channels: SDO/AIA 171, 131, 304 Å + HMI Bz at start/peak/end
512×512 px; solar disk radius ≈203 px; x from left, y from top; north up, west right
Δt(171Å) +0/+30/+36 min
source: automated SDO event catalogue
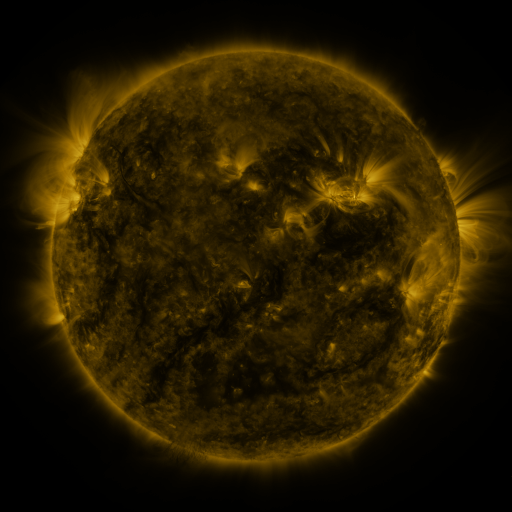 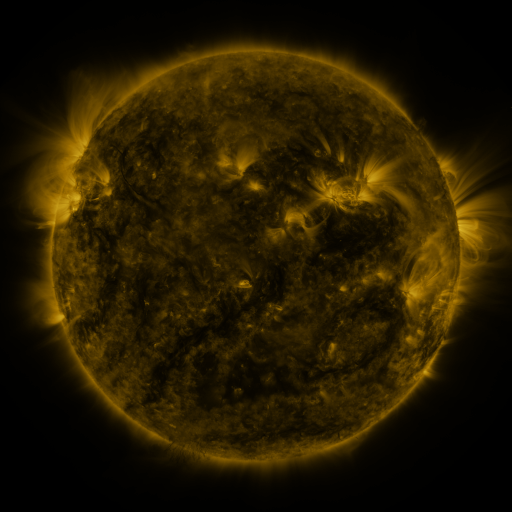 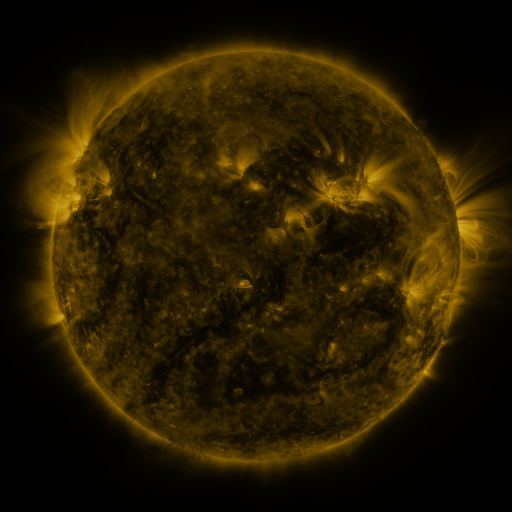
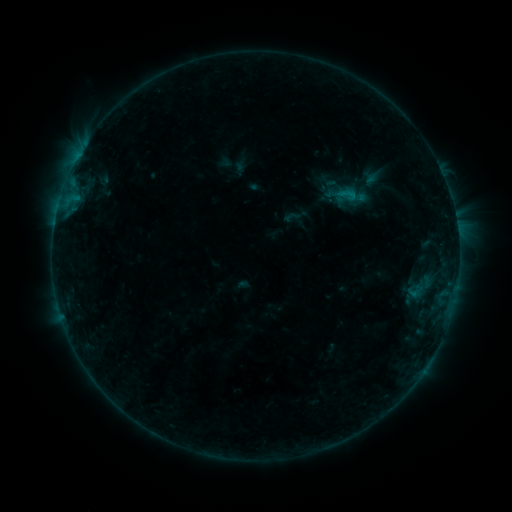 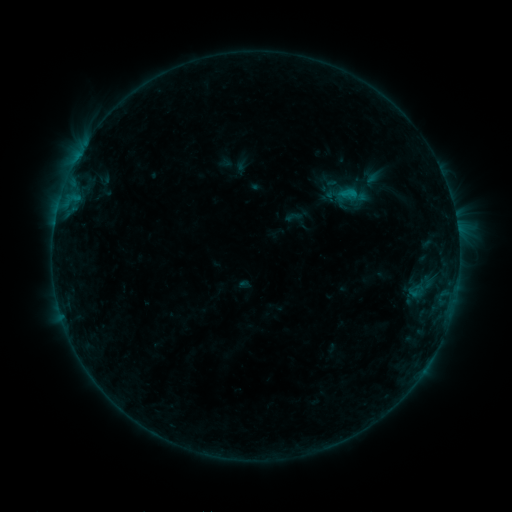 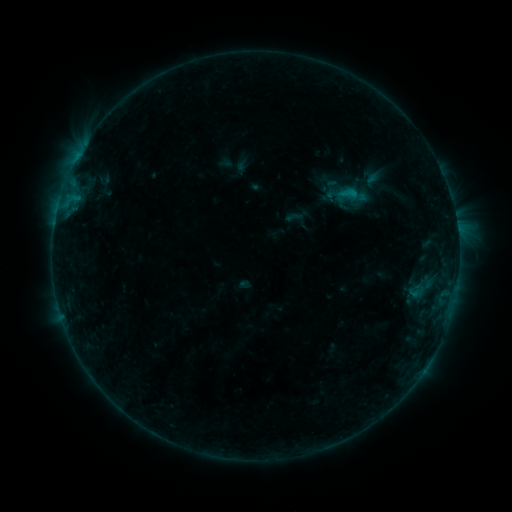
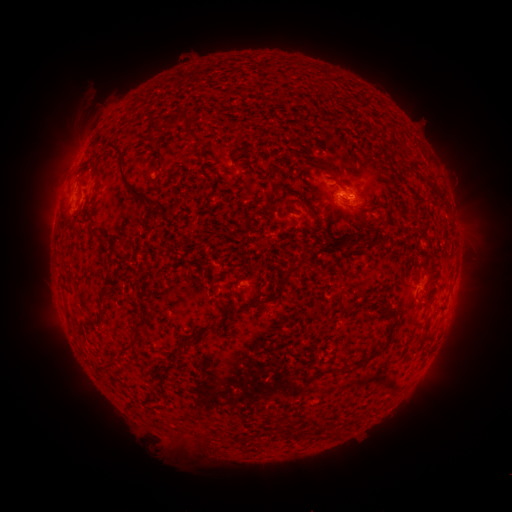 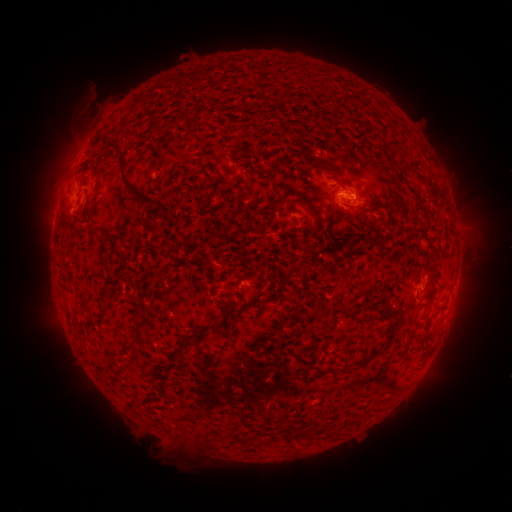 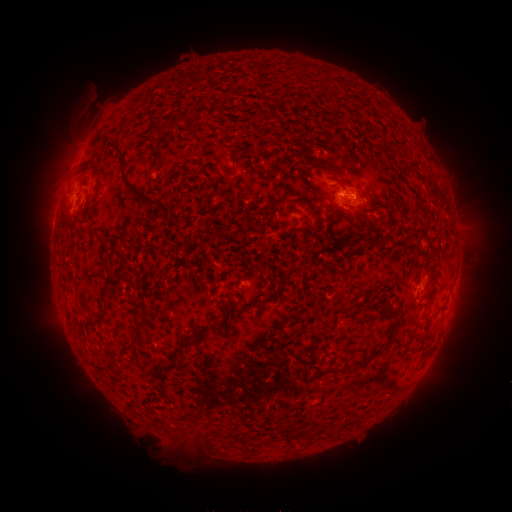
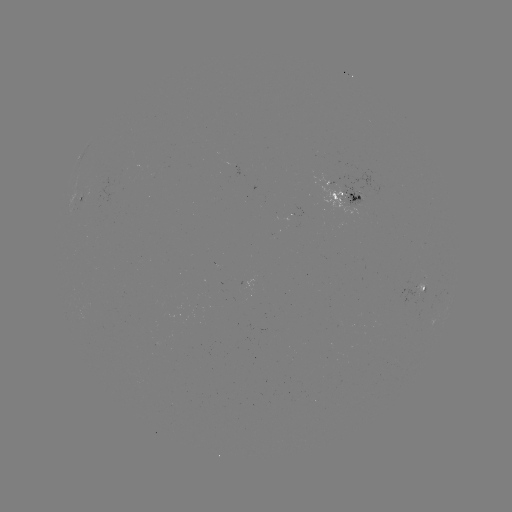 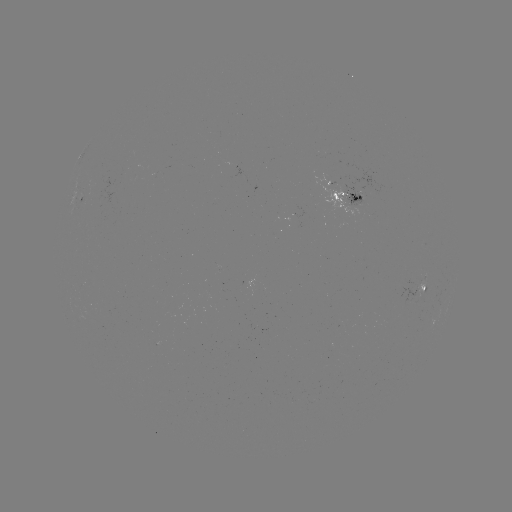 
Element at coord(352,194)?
B5.8 flare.